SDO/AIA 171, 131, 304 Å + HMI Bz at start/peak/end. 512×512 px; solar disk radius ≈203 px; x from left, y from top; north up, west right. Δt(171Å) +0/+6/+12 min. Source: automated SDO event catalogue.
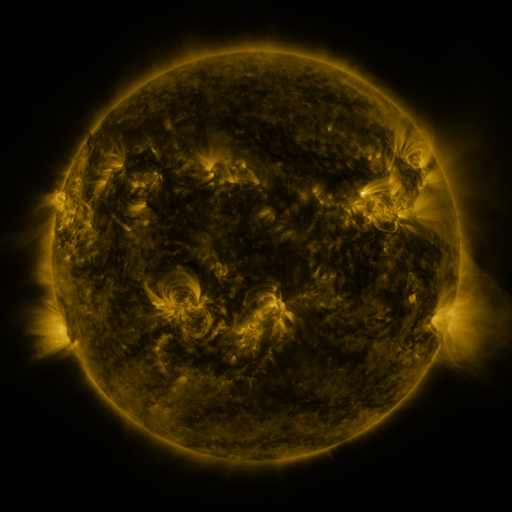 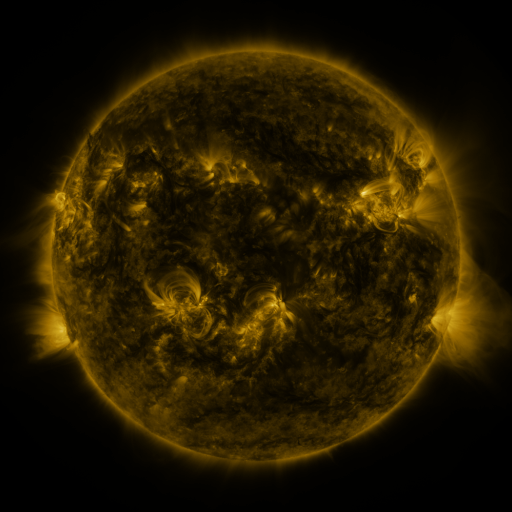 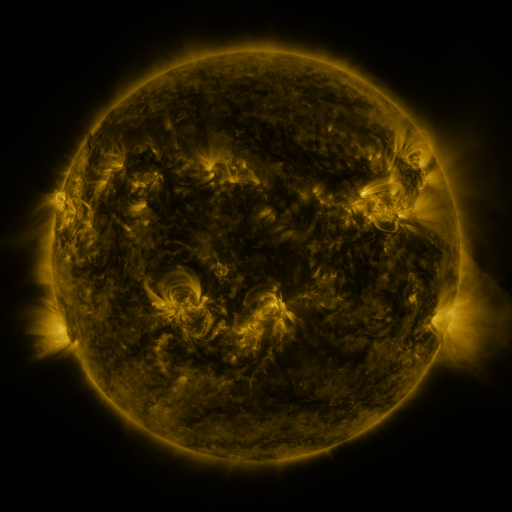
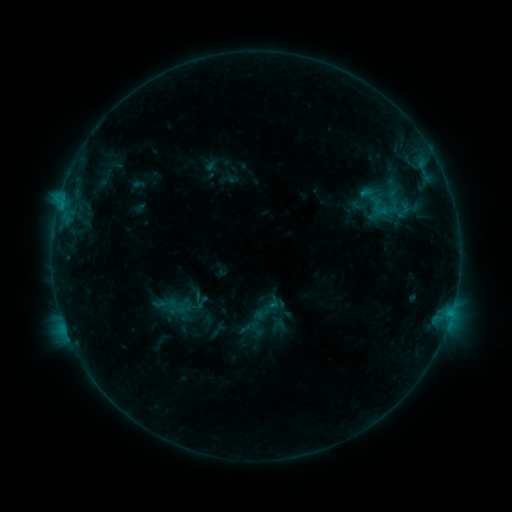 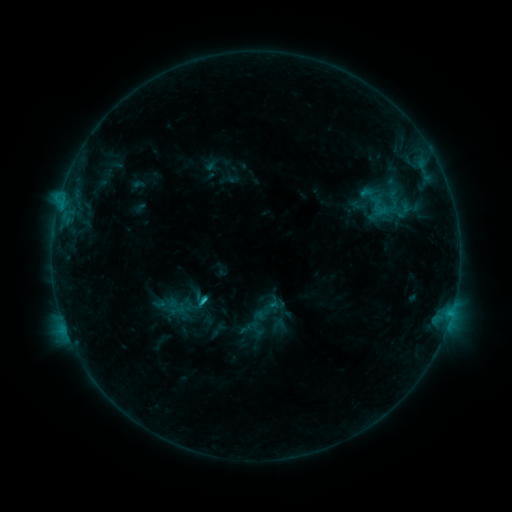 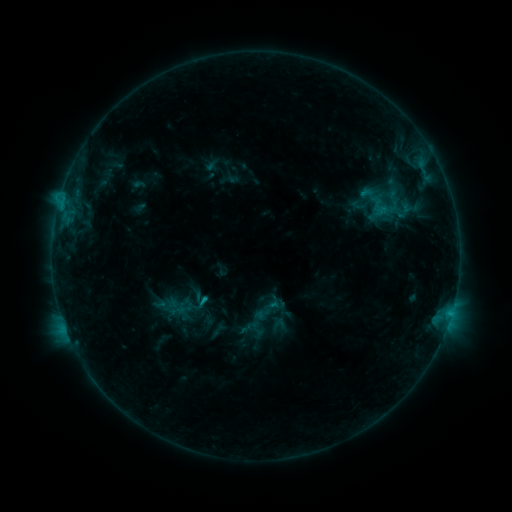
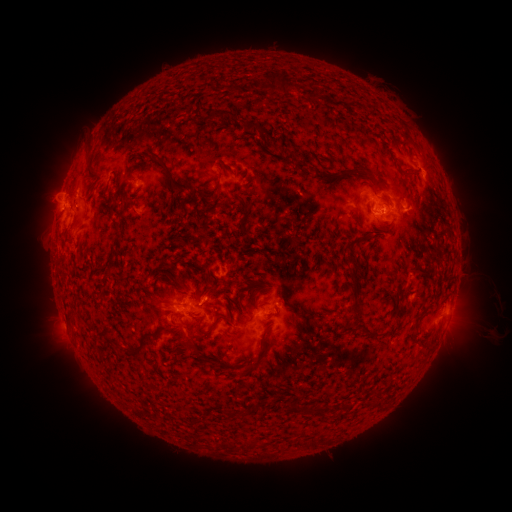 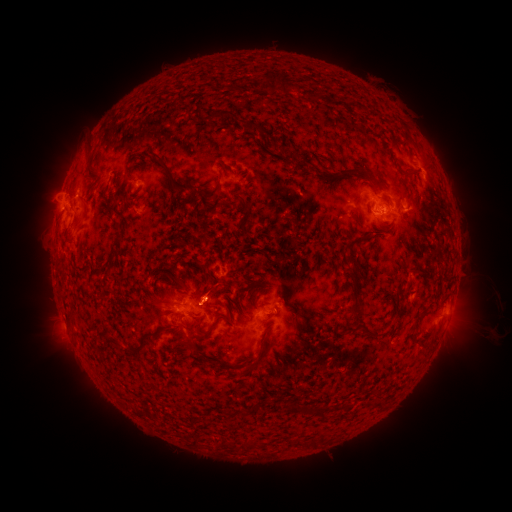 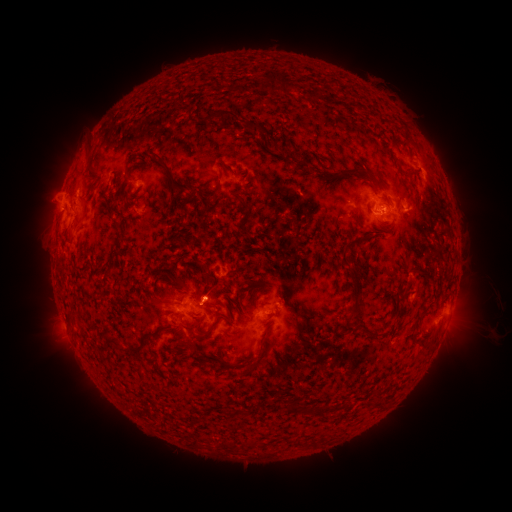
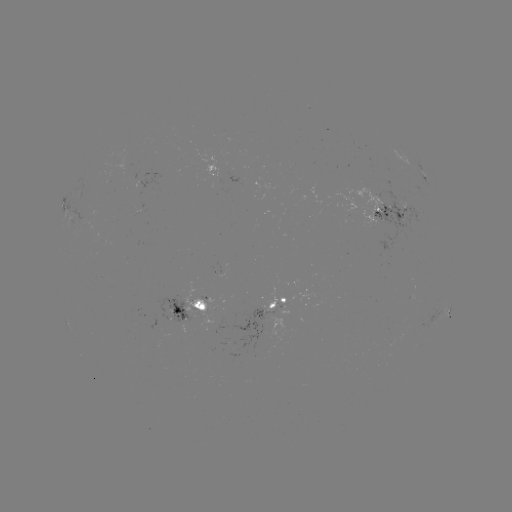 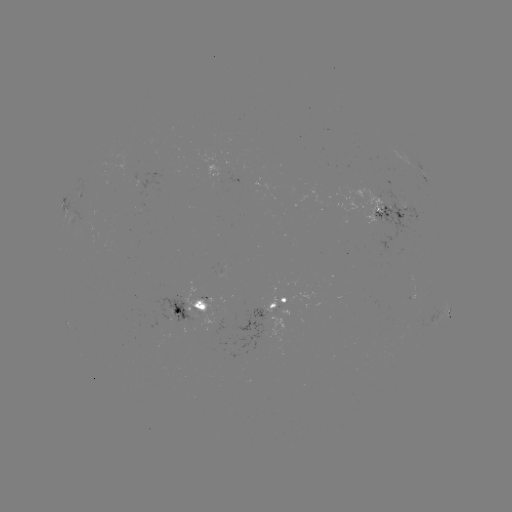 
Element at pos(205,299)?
C1.4 flare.